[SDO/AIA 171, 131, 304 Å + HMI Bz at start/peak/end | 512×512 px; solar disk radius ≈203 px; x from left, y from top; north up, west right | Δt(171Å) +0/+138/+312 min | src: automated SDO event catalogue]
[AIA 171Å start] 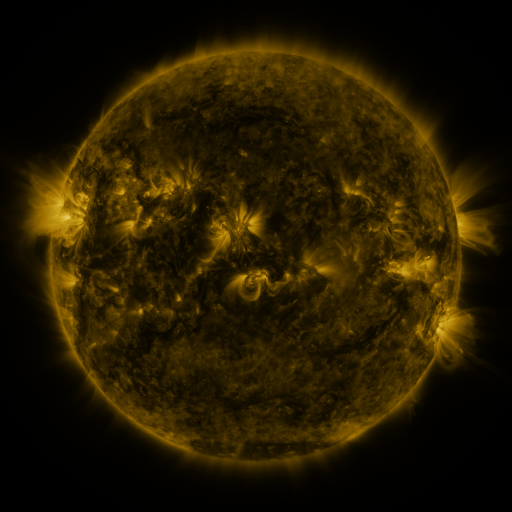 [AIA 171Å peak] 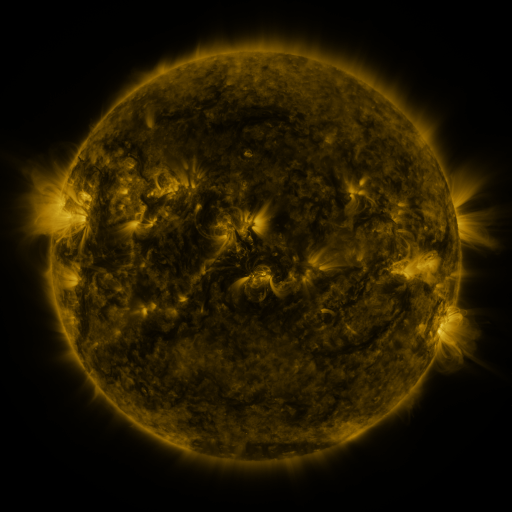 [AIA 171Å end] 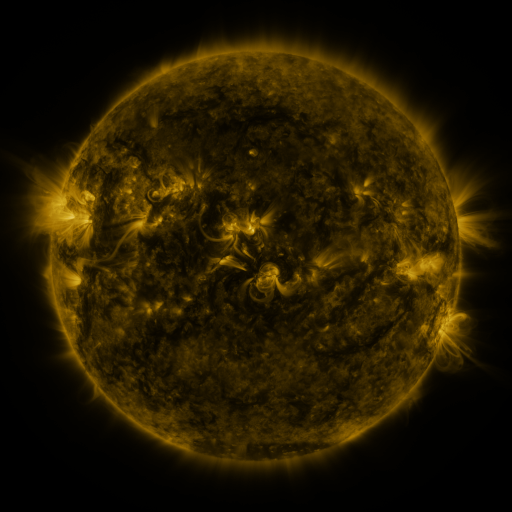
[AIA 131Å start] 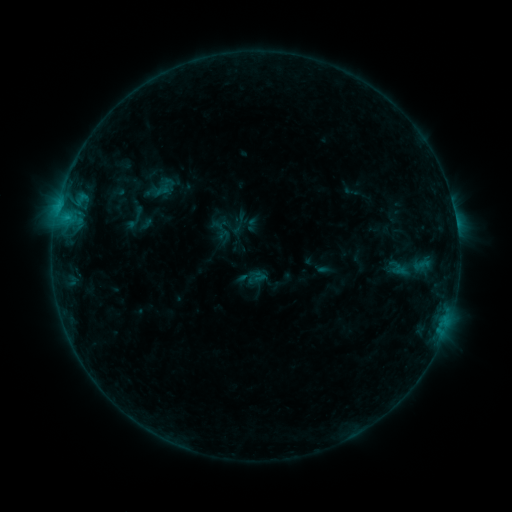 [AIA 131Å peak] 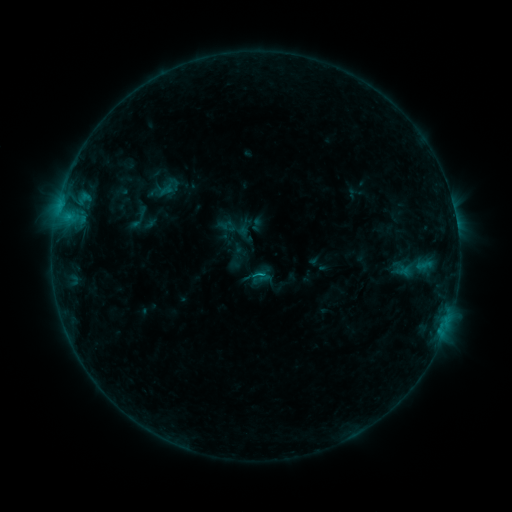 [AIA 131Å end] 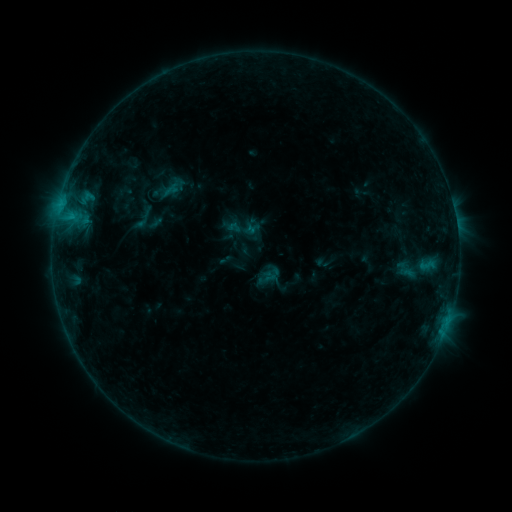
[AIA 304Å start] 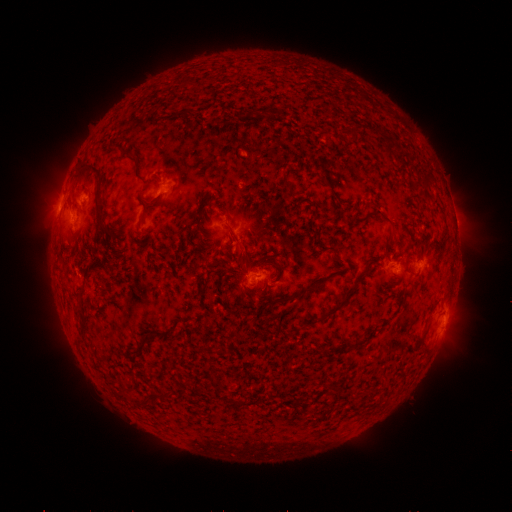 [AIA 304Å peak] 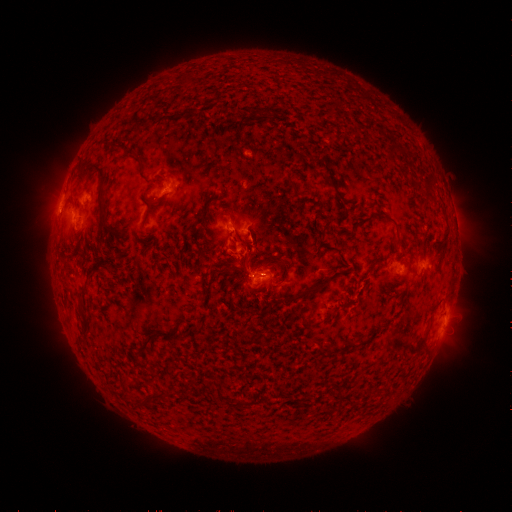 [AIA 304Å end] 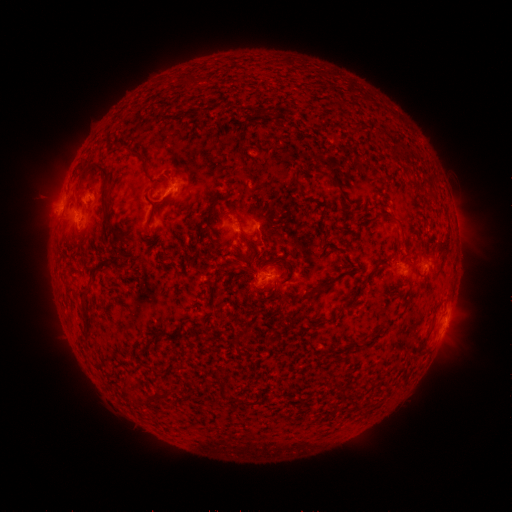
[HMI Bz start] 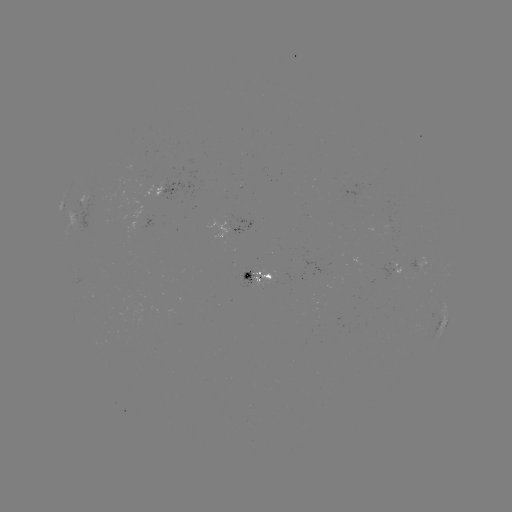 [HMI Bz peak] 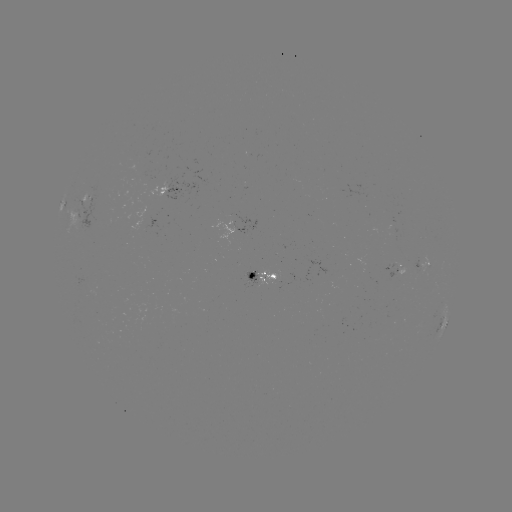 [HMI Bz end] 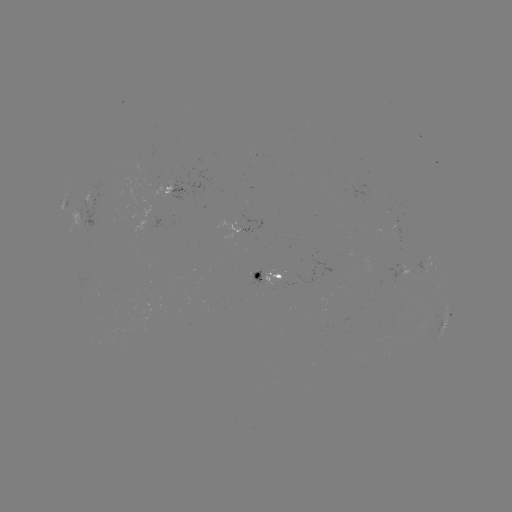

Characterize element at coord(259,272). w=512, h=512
C1.0 flare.